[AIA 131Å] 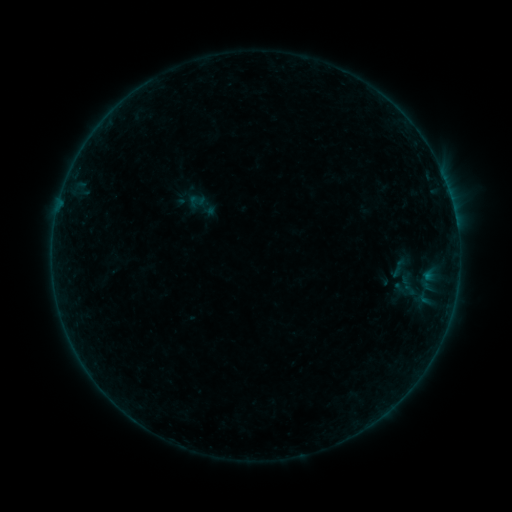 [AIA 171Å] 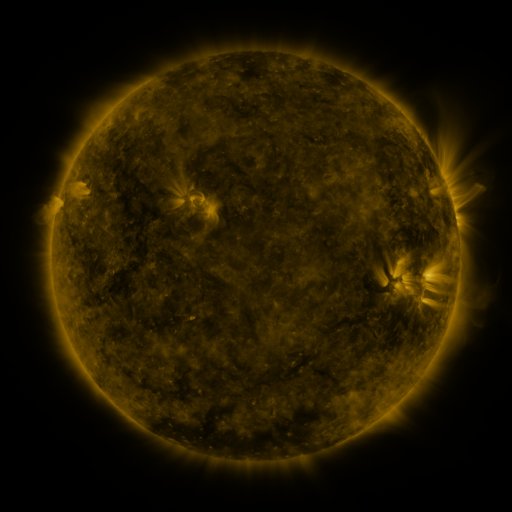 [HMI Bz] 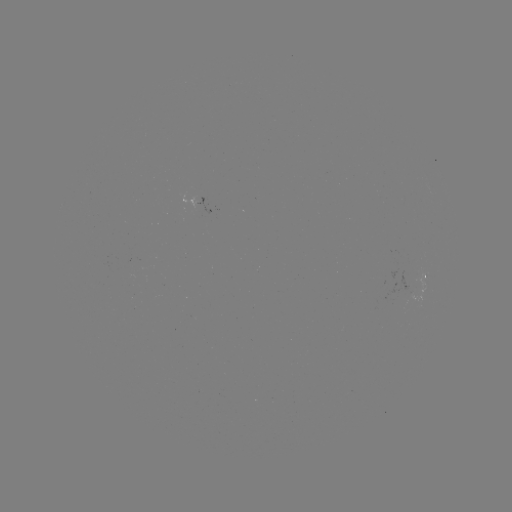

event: sigmoid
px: (398, 268)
